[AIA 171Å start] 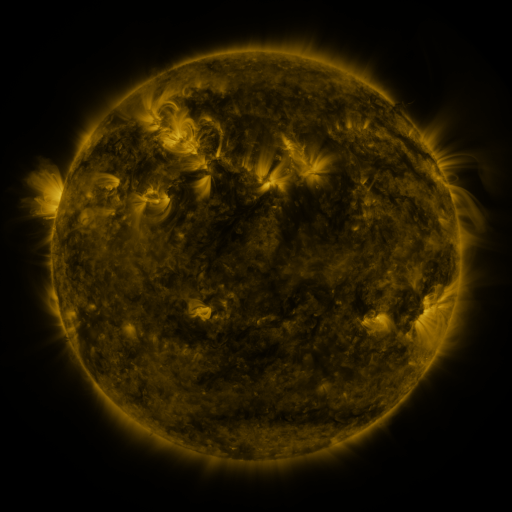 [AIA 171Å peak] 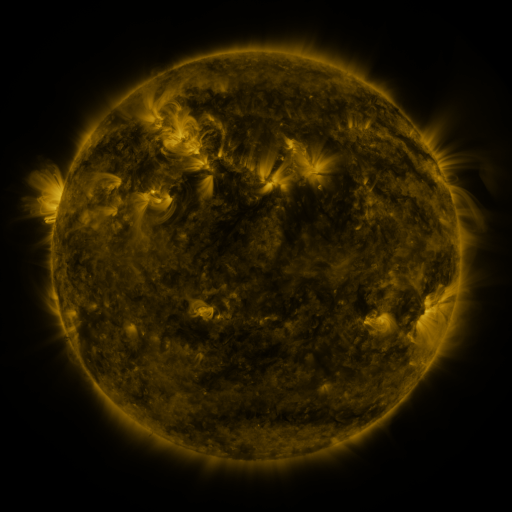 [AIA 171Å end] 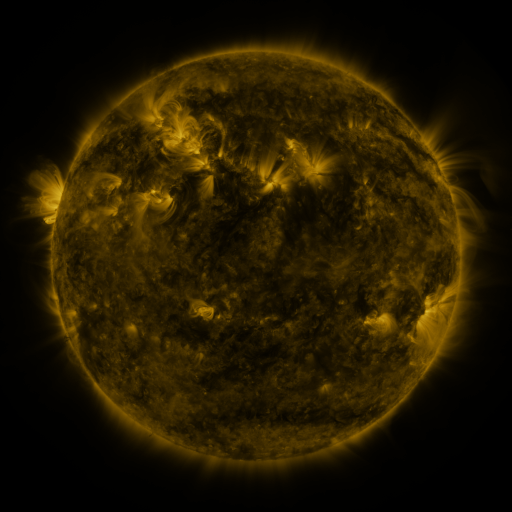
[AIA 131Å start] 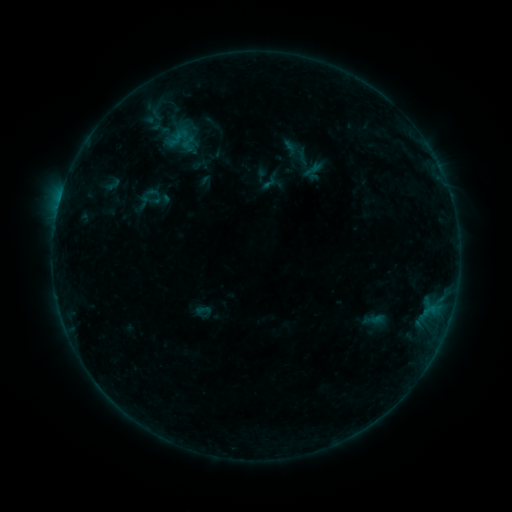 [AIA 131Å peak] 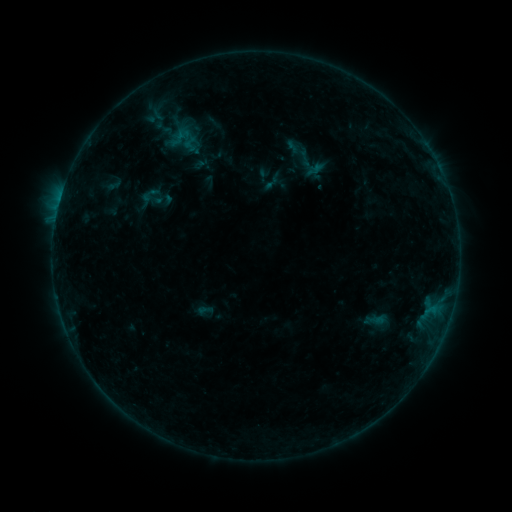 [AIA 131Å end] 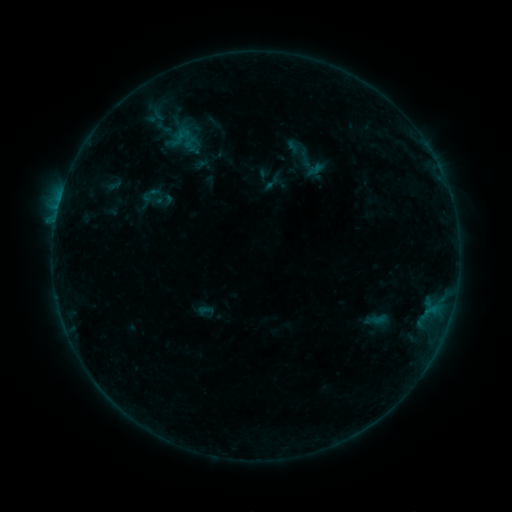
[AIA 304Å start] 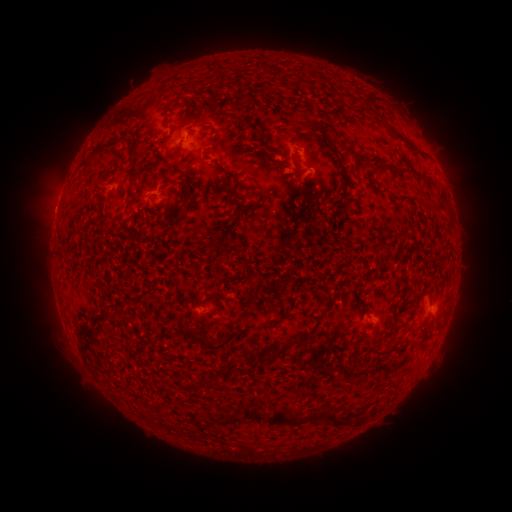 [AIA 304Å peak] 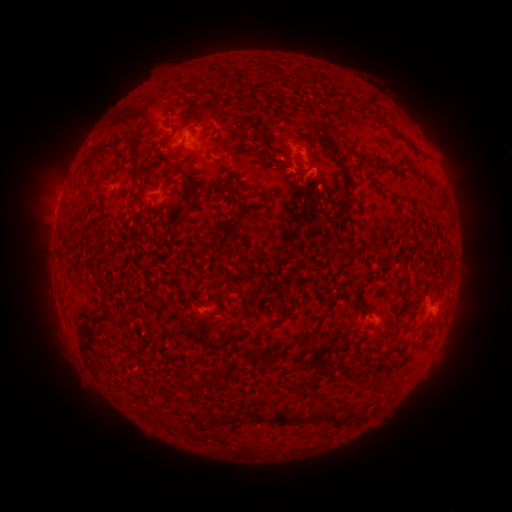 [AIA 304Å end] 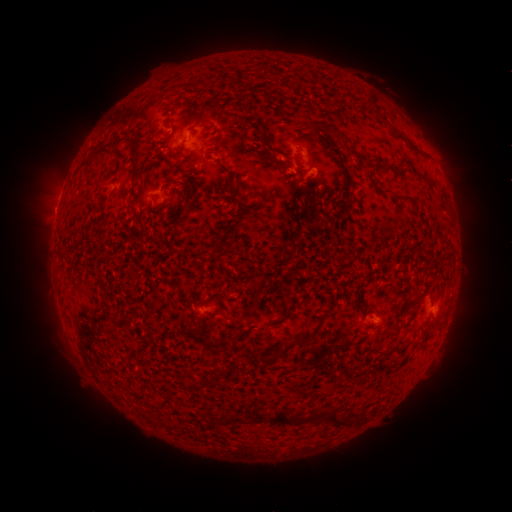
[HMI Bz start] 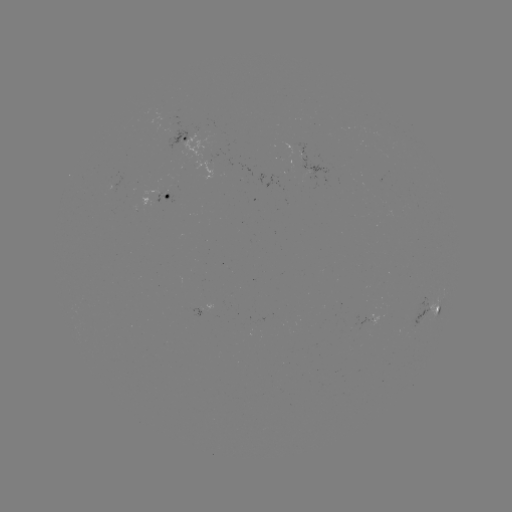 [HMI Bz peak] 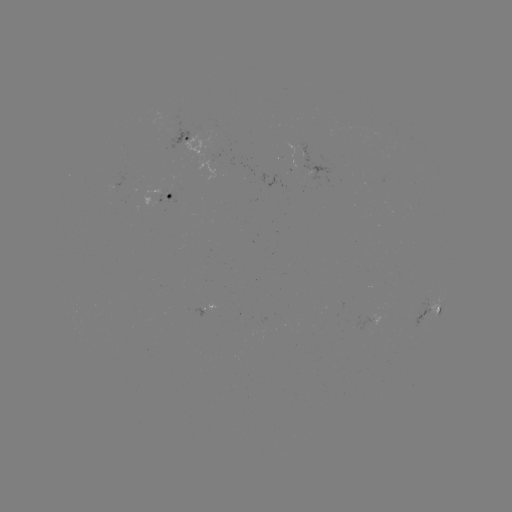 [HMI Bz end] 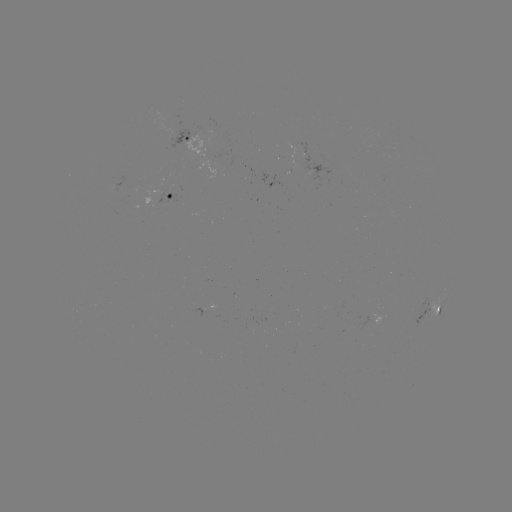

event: emerging-flux region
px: (375, 319)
